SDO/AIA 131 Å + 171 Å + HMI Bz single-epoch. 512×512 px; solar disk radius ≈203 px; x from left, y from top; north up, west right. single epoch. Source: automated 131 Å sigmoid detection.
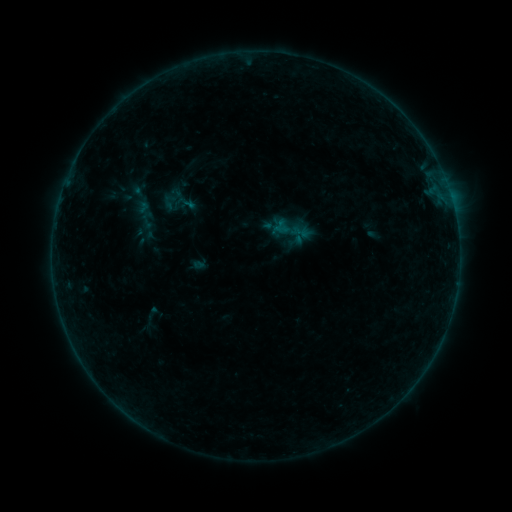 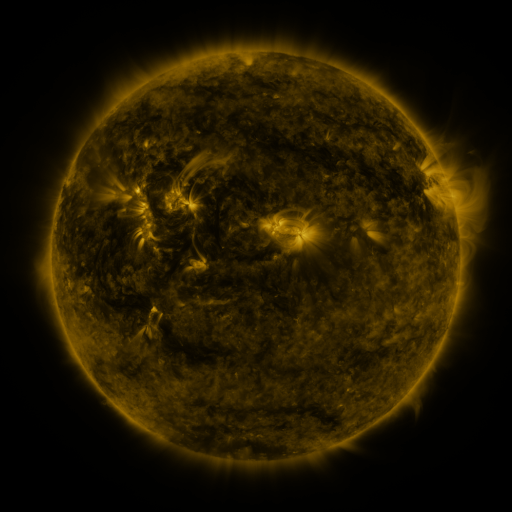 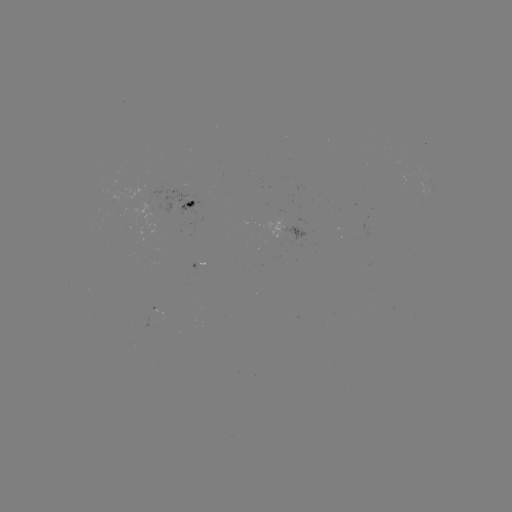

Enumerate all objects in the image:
sigmoid: (184, 204)
sigmoid: (290, 230)
